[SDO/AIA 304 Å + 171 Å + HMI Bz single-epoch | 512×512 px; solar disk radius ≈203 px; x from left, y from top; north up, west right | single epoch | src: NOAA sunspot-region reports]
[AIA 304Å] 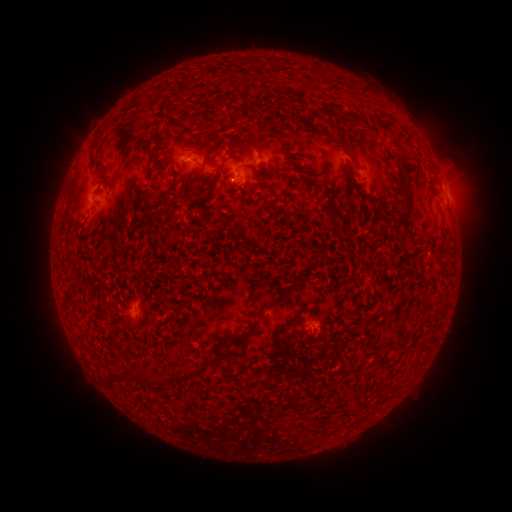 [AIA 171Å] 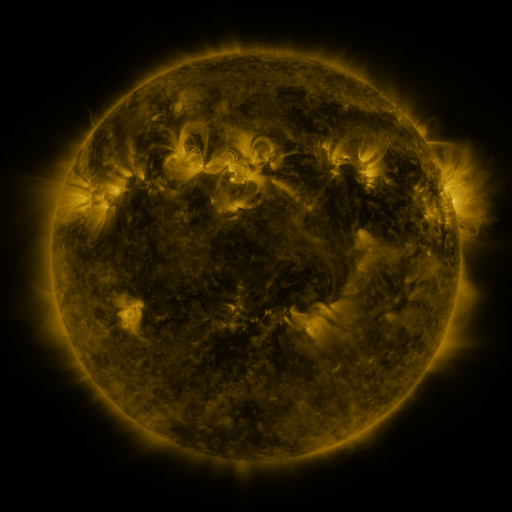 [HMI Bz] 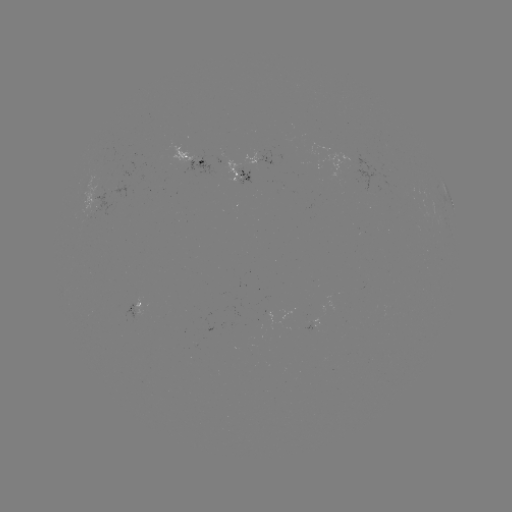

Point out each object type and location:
spotted active region: (197, 157)
spotted active region: (262, 157)
spotted active region: (205, 173)
spotted active region: (452, 205)
spotted active region: (136, 302)
spotted active region: (319, 320)
